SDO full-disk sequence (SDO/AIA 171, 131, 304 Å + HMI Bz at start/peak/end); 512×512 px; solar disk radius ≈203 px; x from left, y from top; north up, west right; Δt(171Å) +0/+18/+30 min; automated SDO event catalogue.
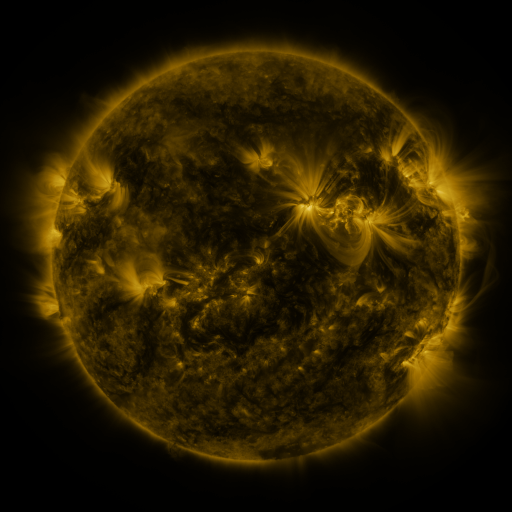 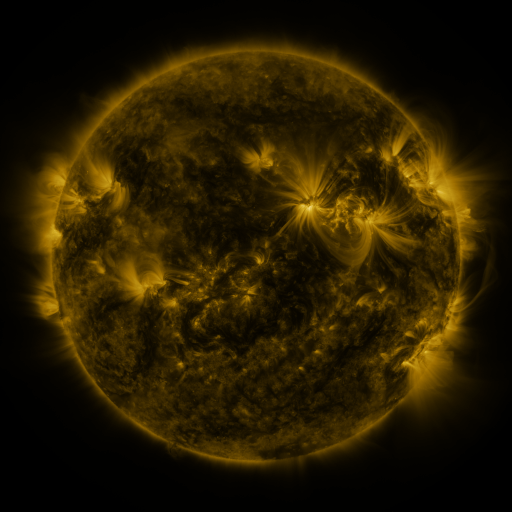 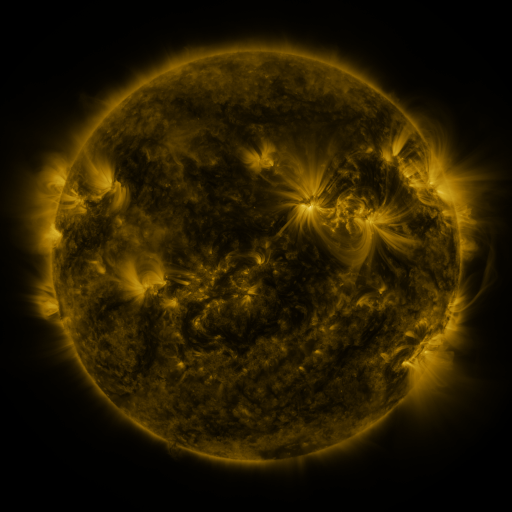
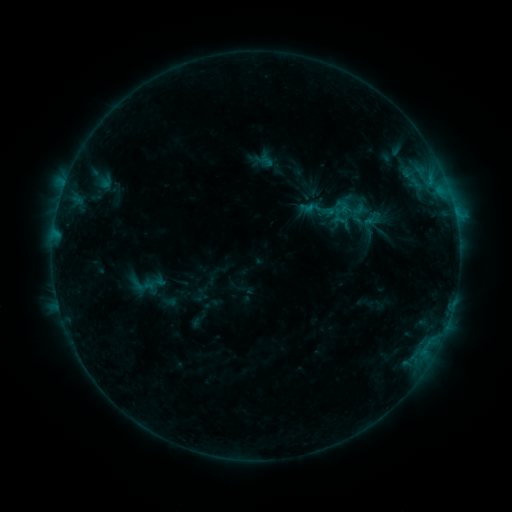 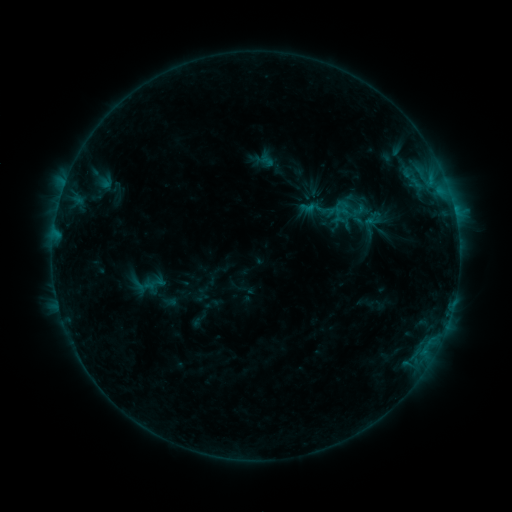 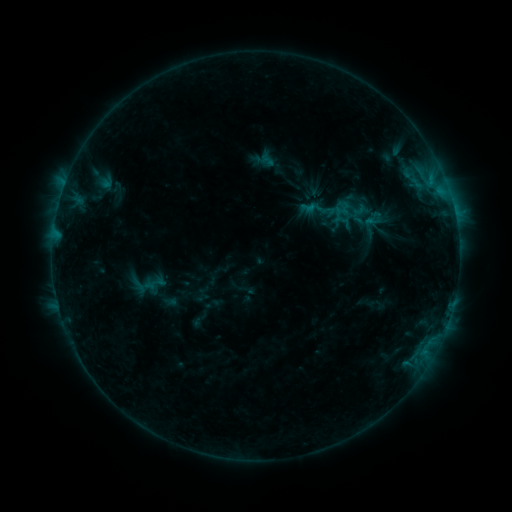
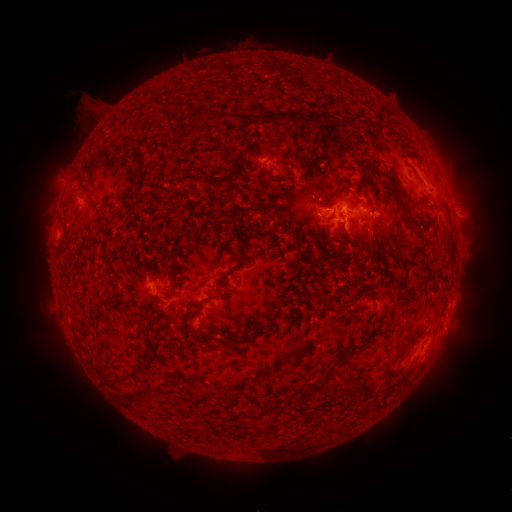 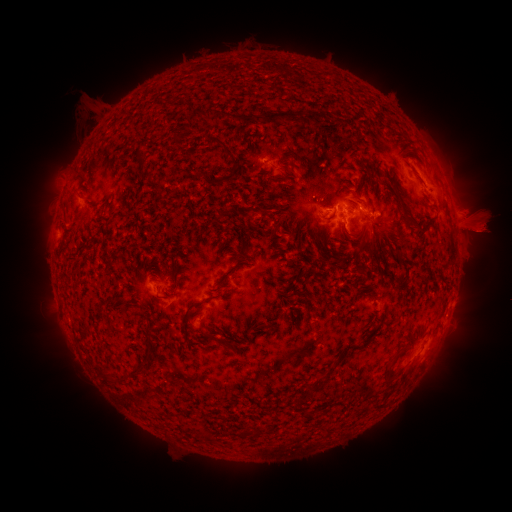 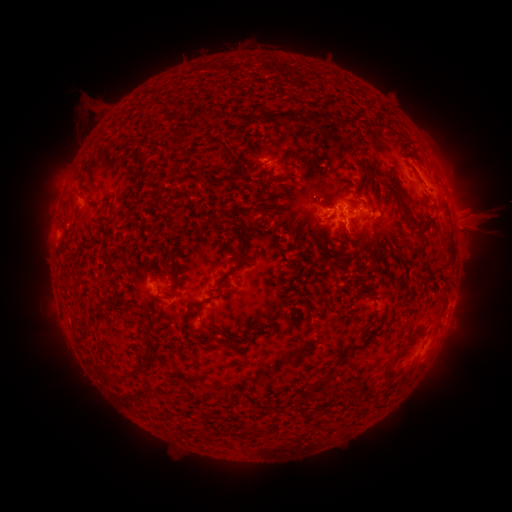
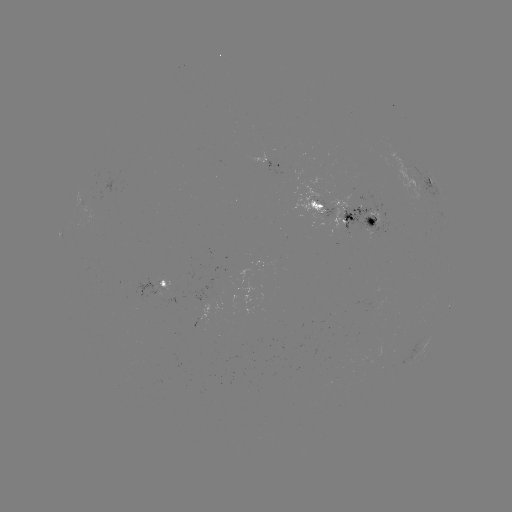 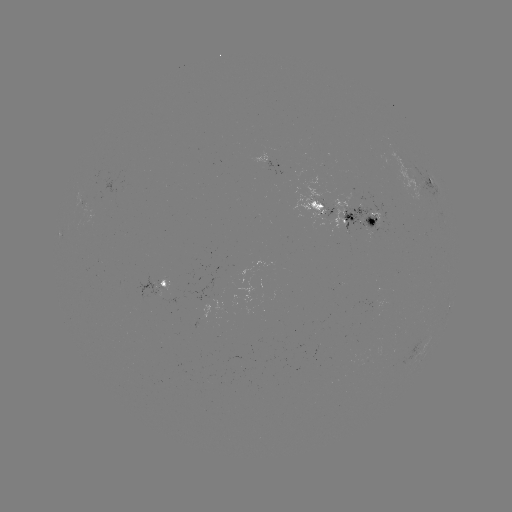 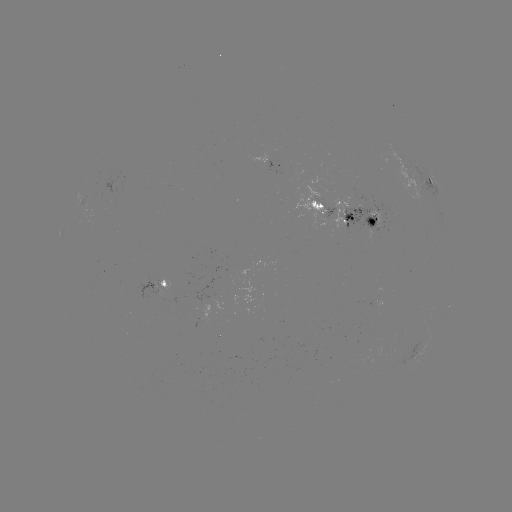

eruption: (440, 204, 511, 260)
